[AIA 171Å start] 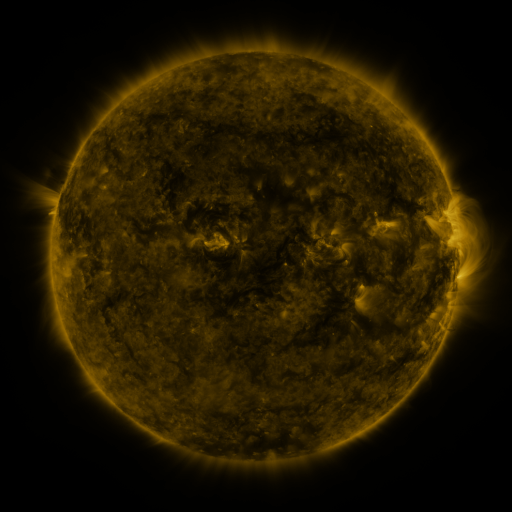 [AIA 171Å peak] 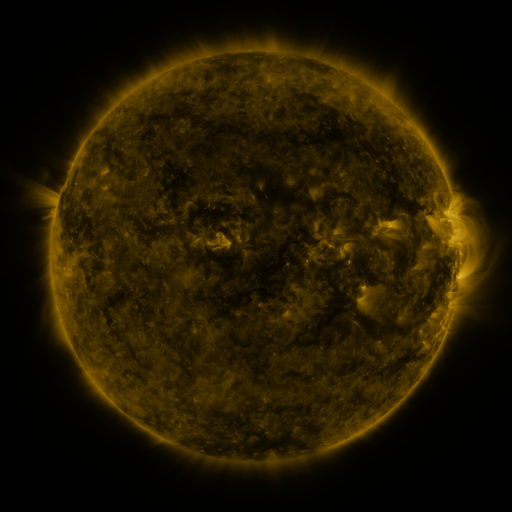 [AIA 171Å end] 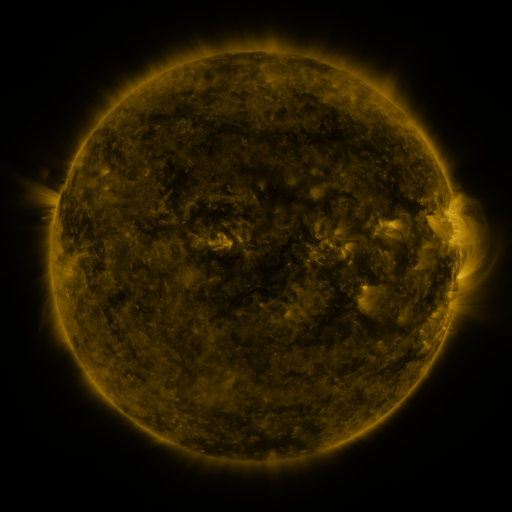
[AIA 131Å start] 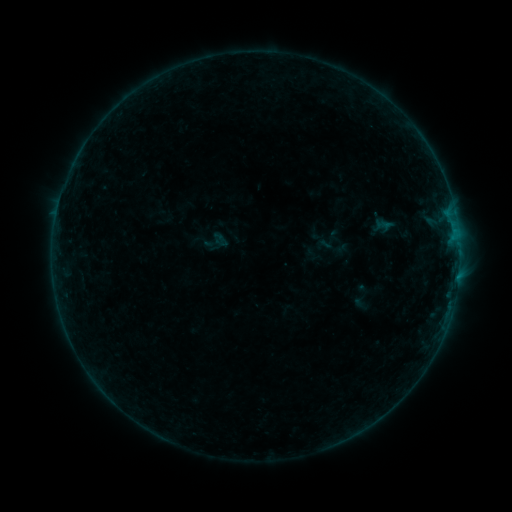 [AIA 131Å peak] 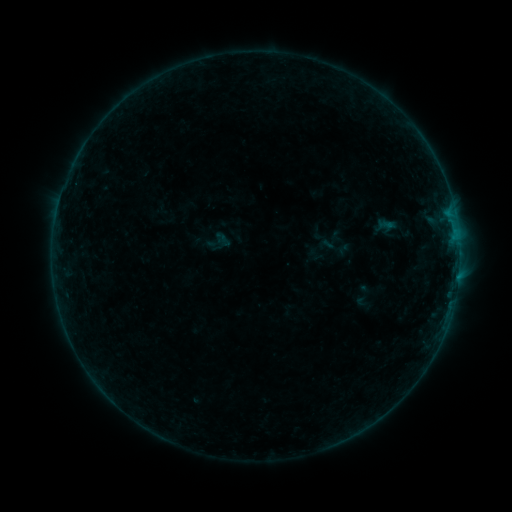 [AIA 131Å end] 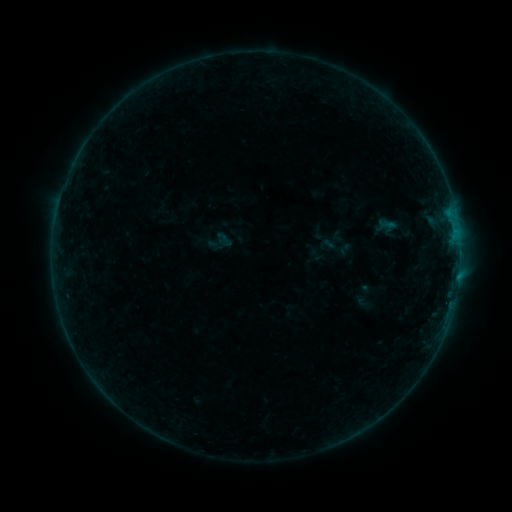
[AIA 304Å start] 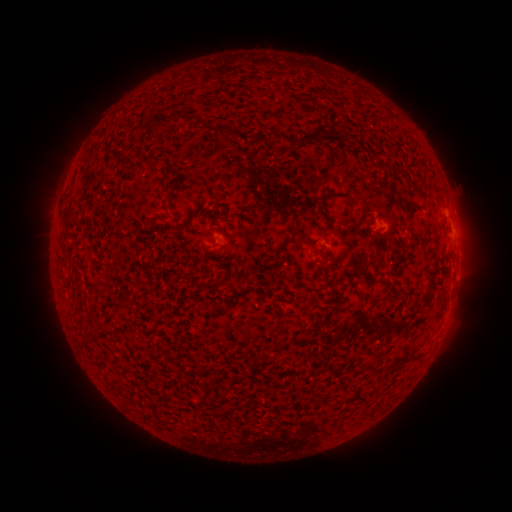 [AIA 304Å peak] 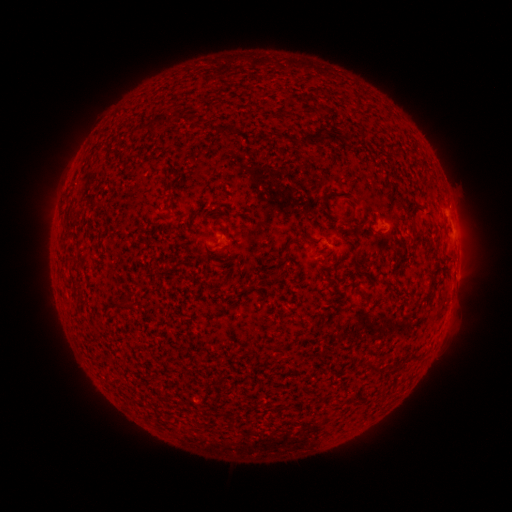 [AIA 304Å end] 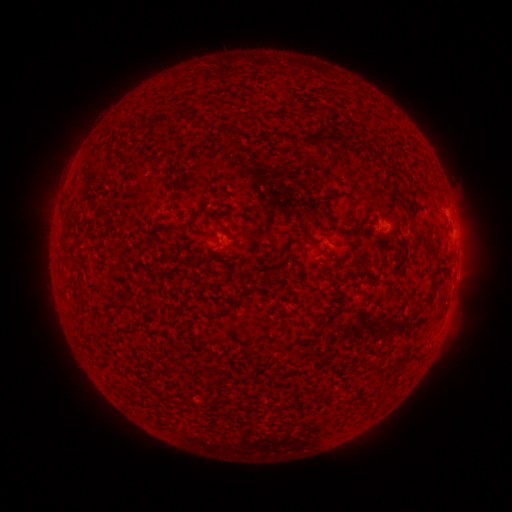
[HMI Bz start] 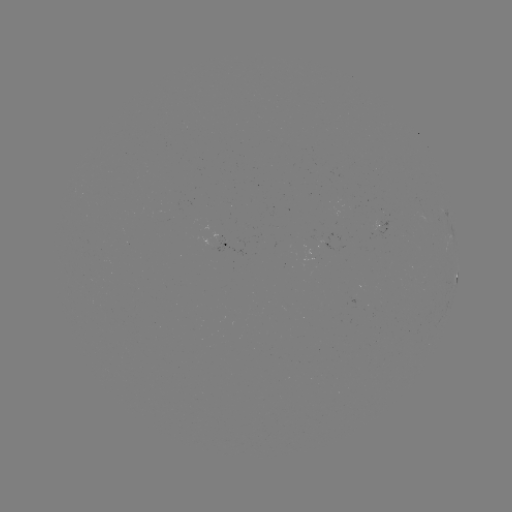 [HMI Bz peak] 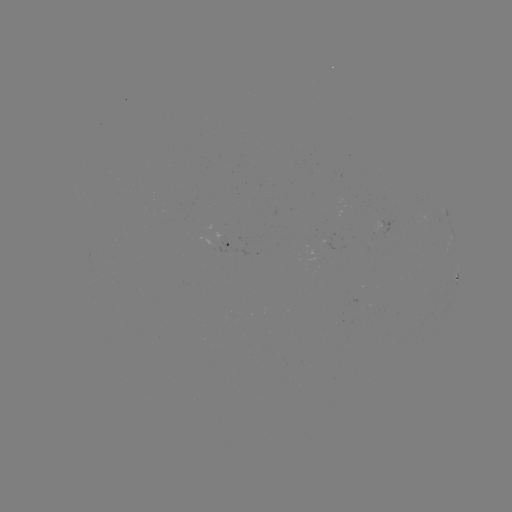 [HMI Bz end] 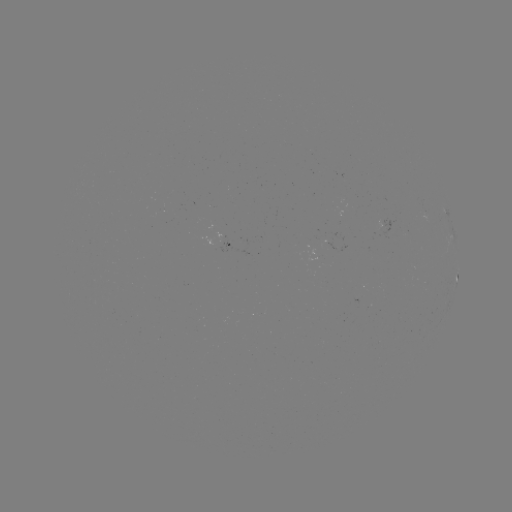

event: emerging-flux region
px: (321, 234)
